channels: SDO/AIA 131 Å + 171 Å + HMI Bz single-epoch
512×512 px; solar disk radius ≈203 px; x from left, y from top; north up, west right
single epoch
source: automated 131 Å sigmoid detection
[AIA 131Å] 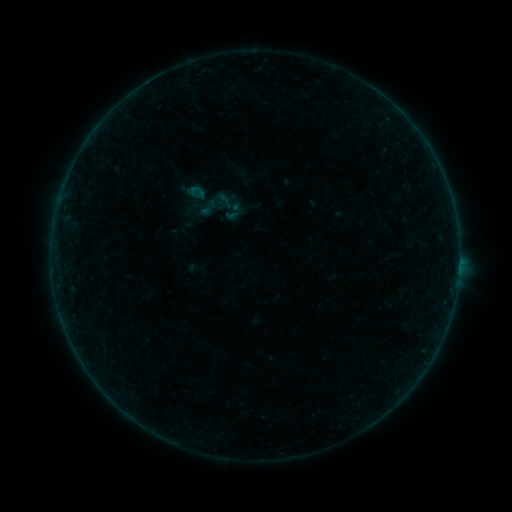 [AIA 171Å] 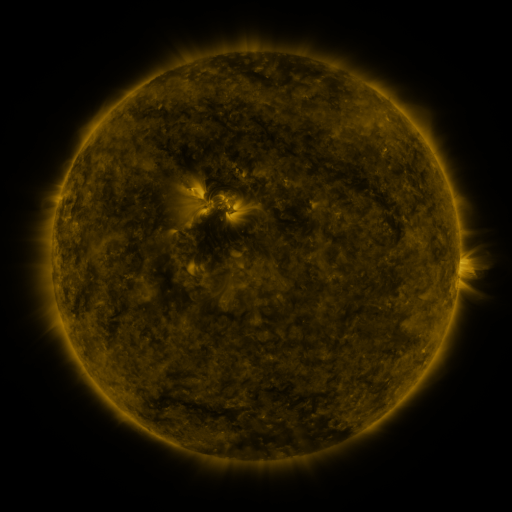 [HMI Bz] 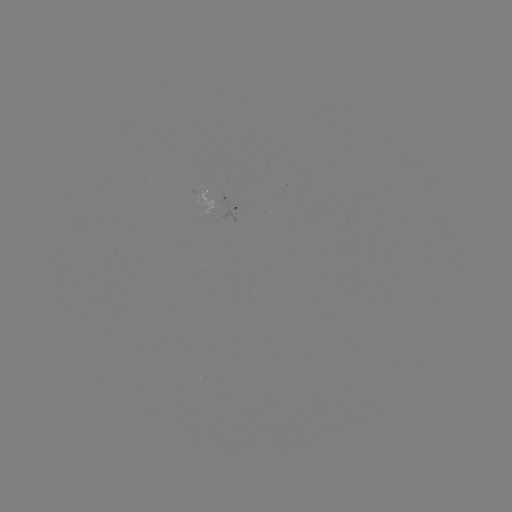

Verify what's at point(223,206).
sigmoid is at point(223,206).